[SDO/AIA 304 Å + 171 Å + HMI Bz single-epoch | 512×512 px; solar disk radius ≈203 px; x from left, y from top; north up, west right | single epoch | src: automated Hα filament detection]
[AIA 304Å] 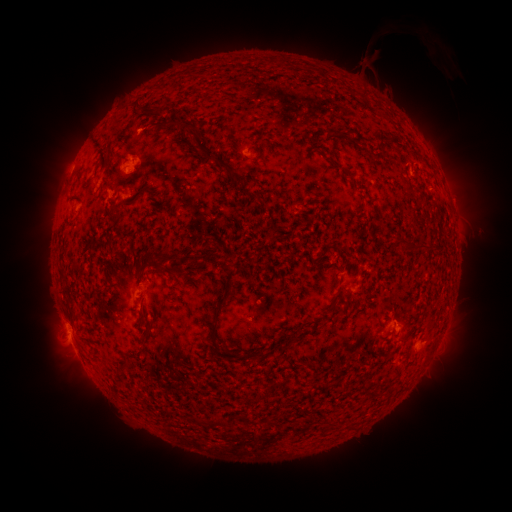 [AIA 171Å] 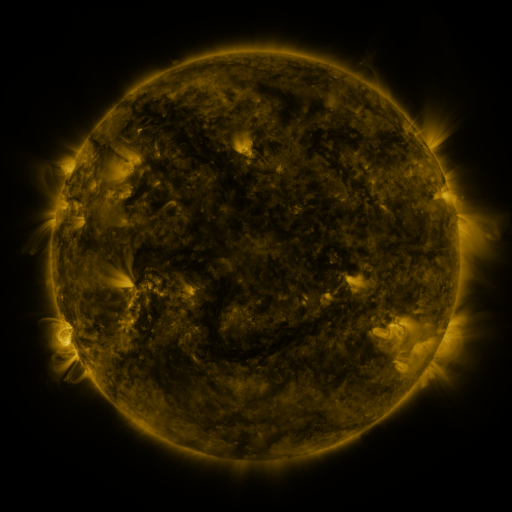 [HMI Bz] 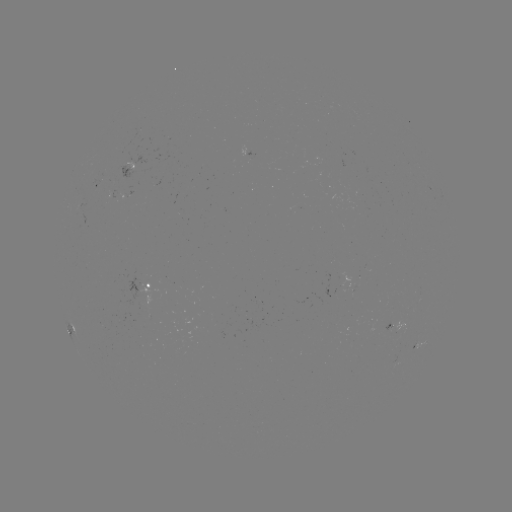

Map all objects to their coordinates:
filament: (271, 61)
filament: (163, 110)
filament: (305, 128)
filament: (335, 134)
filament: (208, 147)
filament: (237, 148)
filament: (217, 173)
filament: (350, 176)
filament: (234, 178)
filament: (185, 191)
filament: (247, 193)
filament: (217, 208)
filament: (277, 212)
filament: (424, 247)
filament: (190, 257)
filament: (171, 258)
filament: (154, 262)
filament: (322, 267)
filament: (173, 289)
filament: (339, 292)
filament: (221, 303)
filament: (74, 314)
filament: (144, 336)
filament: (214, 340)
filament: (252, 357)
filament: (199, 423)
